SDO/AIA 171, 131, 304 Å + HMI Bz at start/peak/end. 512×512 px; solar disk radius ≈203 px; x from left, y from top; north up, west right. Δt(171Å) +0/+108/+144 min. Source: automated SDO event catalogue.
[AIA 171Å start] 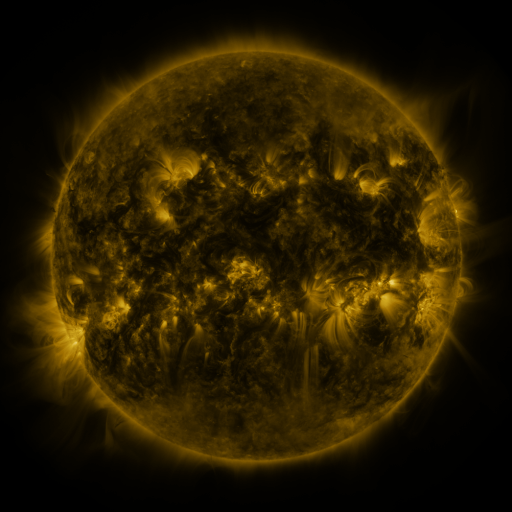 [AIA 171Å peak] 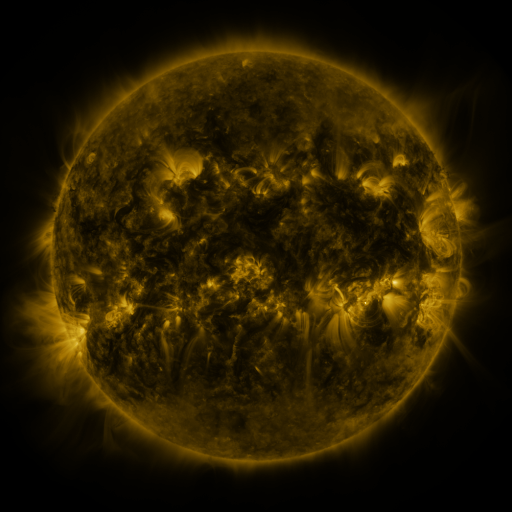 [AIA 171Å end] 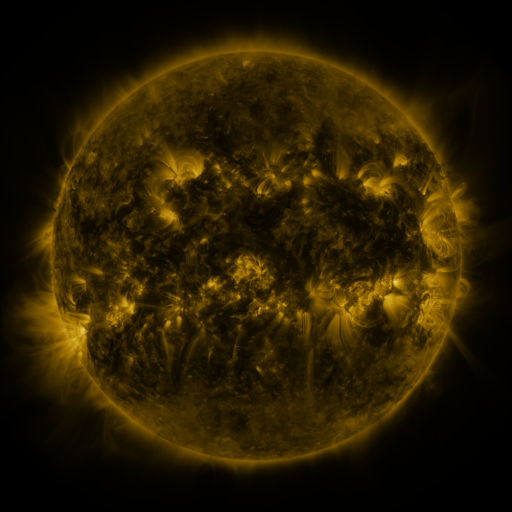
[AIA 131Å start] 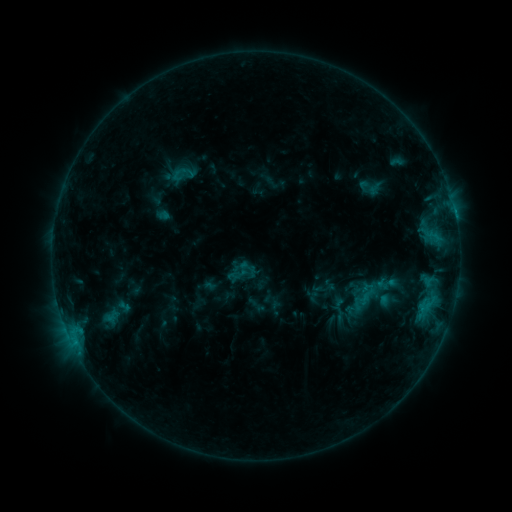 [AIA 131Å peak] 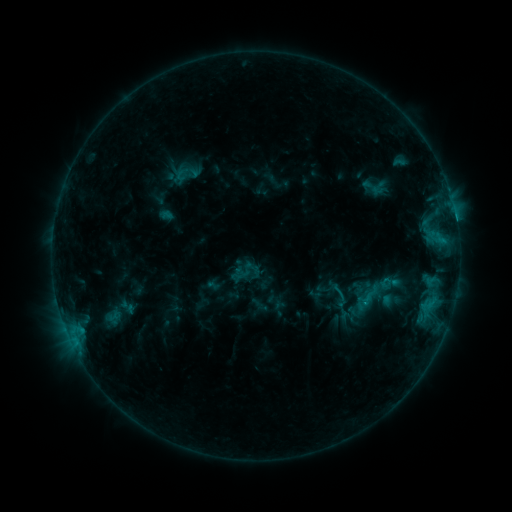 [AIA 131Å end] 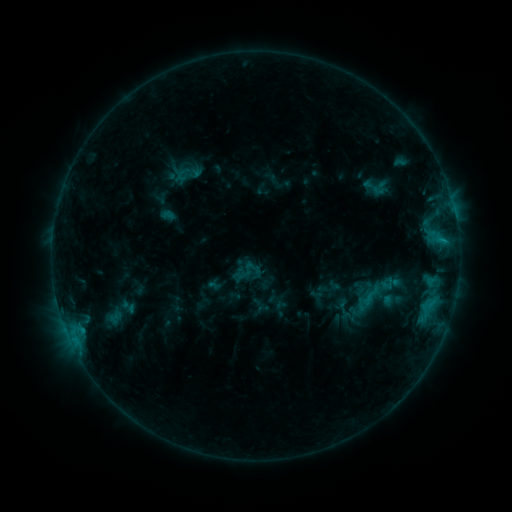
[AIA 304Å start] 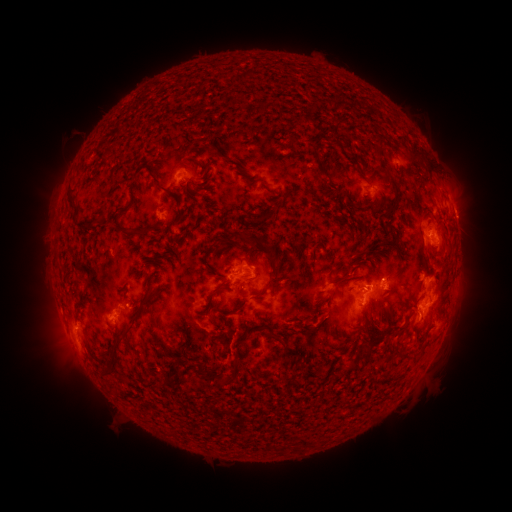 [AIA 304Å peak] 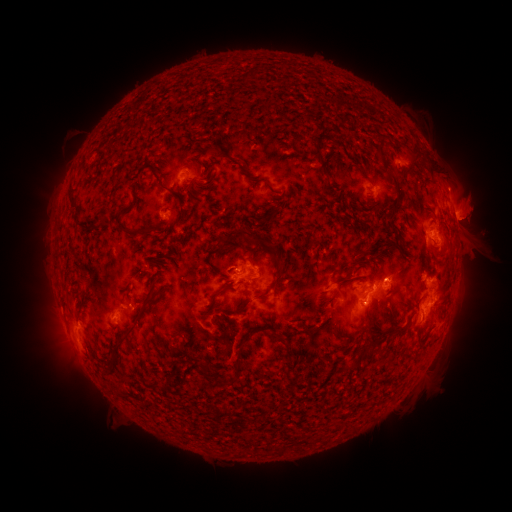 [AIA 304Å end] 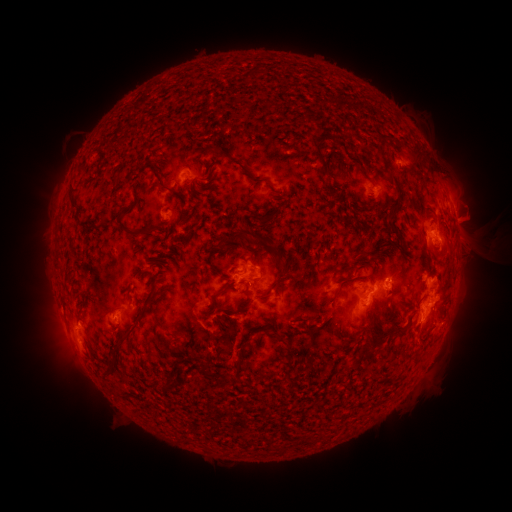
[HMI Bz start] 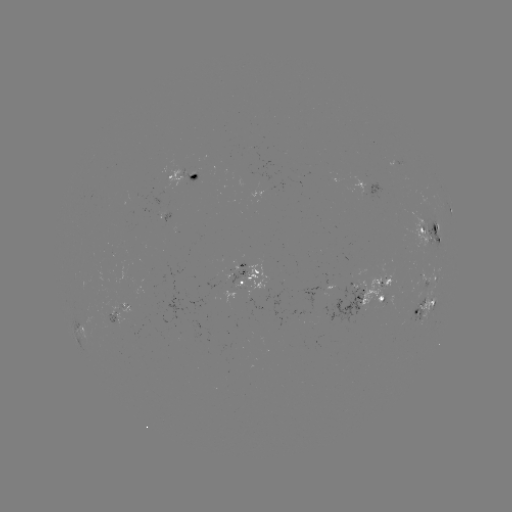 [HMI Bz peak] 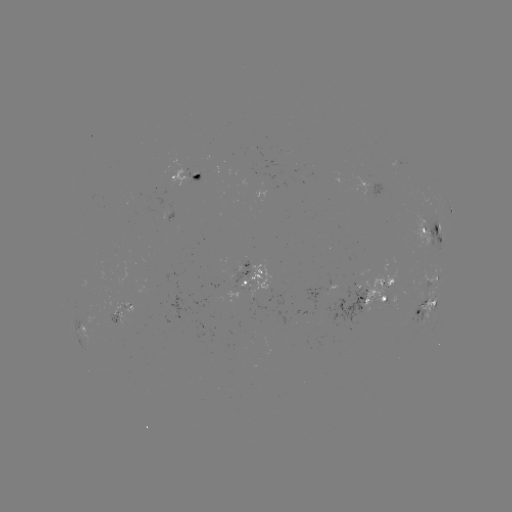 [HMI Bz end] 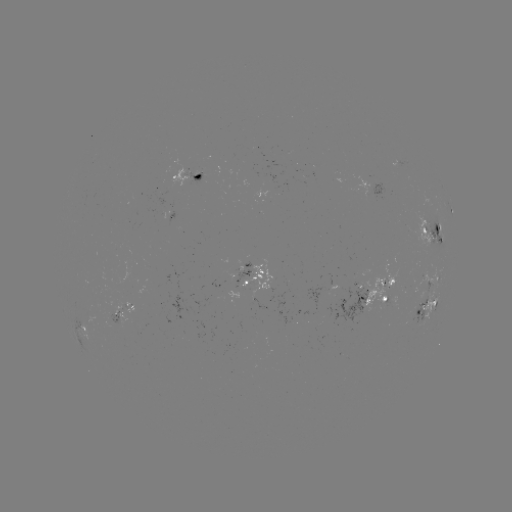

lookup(emerging-flux region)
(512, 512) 164,211